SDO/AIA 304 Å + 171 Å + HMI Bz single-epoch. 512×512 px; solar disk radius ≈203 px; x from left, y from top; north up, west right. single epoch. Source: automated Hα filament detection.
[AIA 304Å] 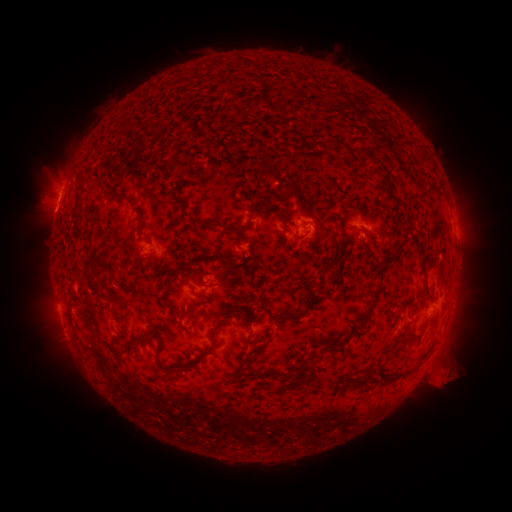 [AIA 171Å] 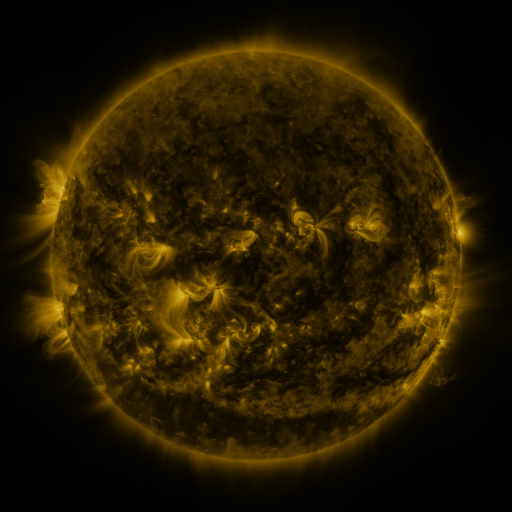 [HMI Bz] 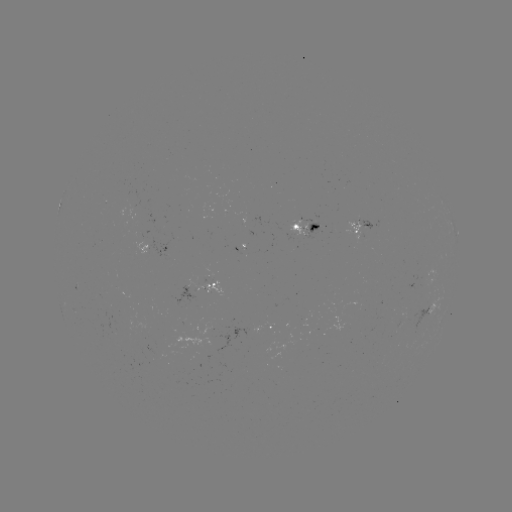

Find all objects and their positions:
filament: (420, 248)
filament: (292, 315)
filament: (245, 369)
filament: (303, 374)
